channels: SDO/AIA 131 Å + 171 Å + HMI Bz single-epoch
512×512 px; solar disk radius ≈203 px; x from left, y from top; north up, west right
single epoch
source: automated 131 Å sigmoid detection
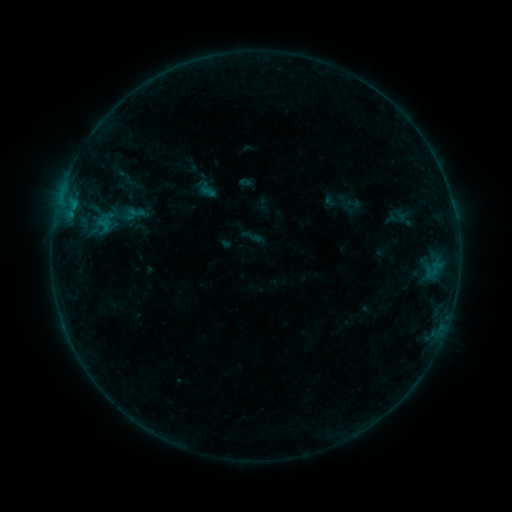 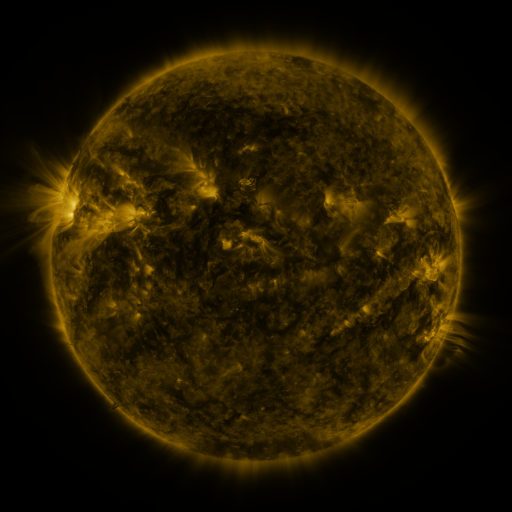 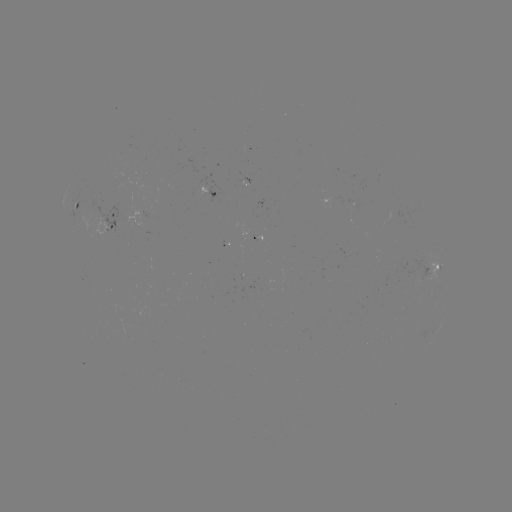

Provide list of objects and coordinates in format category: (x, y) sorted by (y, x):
sigmoid: (133, 214)
